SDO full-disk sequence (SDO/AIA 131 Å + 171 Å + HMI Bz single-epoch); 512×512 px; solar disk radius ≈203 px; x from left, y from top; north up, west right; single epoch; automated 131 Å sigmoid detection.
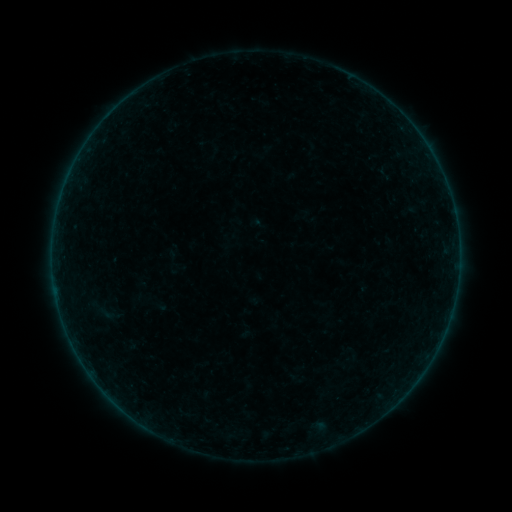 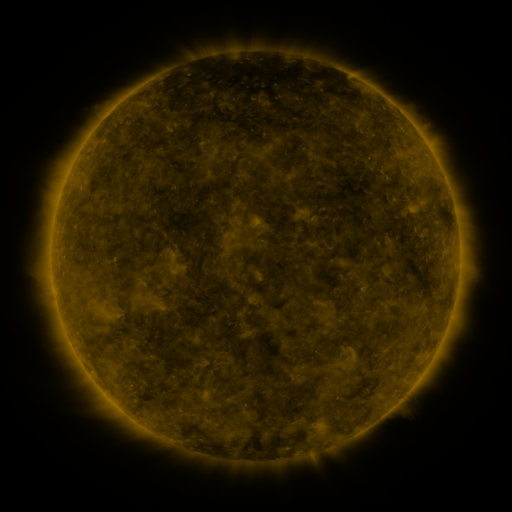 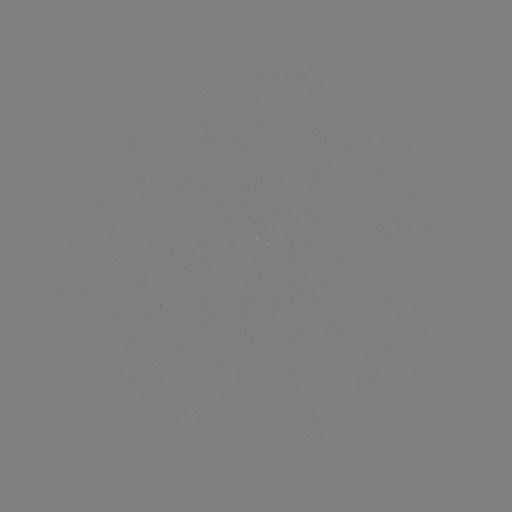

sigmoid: (93, 300, 119, 326)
